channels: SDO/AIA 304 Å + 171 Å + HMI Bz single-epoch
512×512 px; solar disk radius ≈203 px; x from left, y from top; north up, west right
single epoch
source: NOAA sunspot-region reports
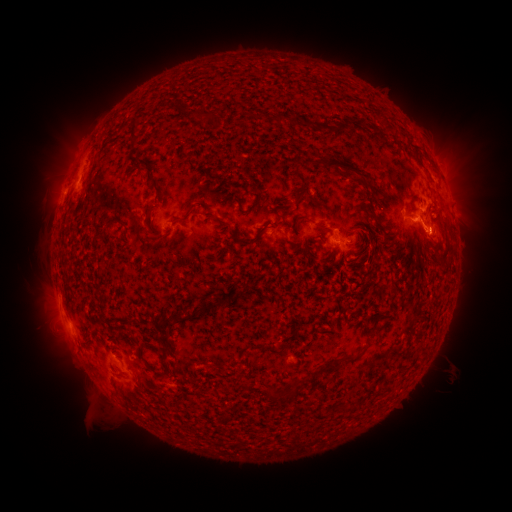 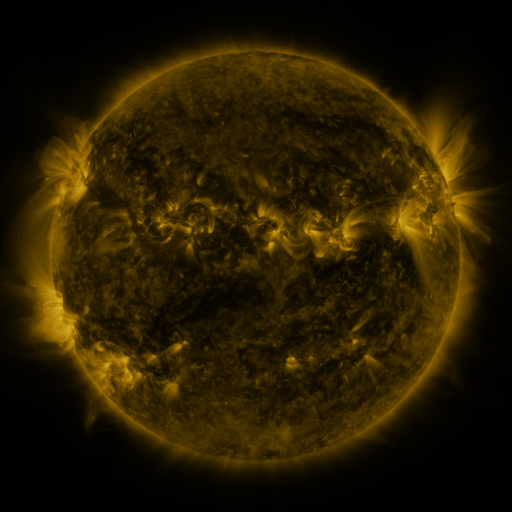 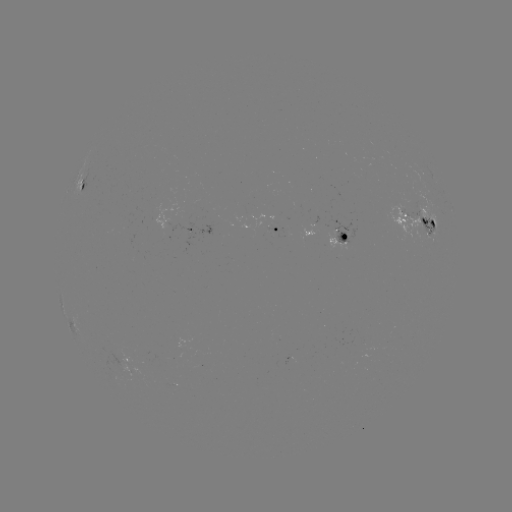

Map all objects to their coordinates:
spotted active region: (83, 185)
spotted active region: (416, 213)
spotted active region: (182, 224)
spotted active region: (276, 226)
spotted active region: (343, 234)
spotted active region: (129, 357)
